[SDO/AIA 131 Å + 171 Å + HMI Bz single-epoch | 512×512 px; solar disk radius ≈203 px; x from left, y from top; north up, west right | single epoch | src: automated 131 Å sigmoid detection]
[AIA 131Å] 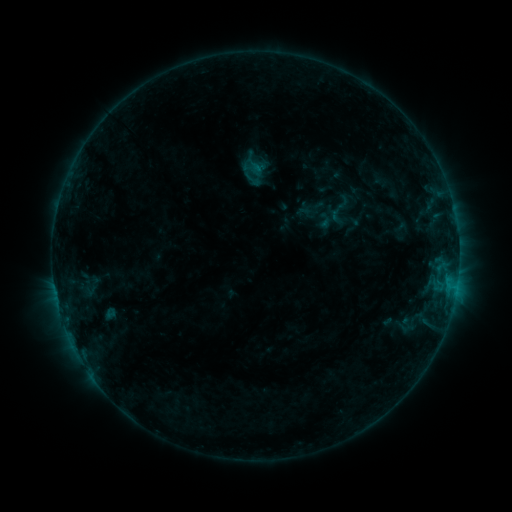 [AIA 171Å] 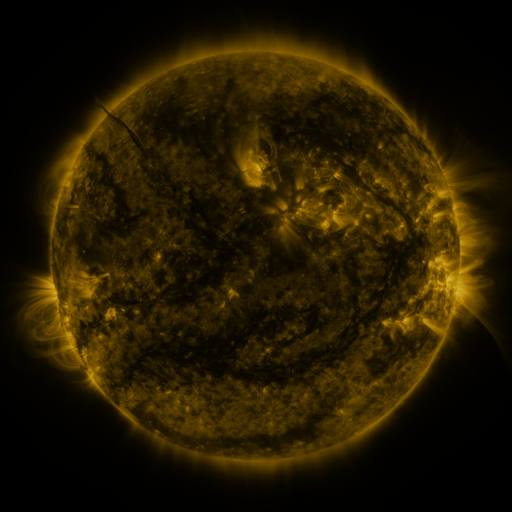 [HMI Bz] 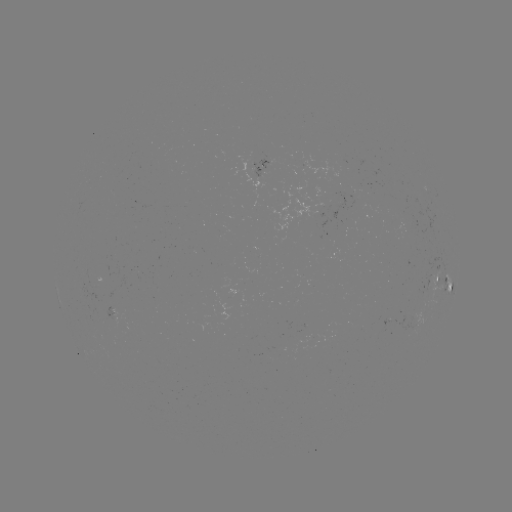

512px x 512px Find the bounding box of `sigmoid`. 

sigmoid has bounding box [243, 170, 263, 189].